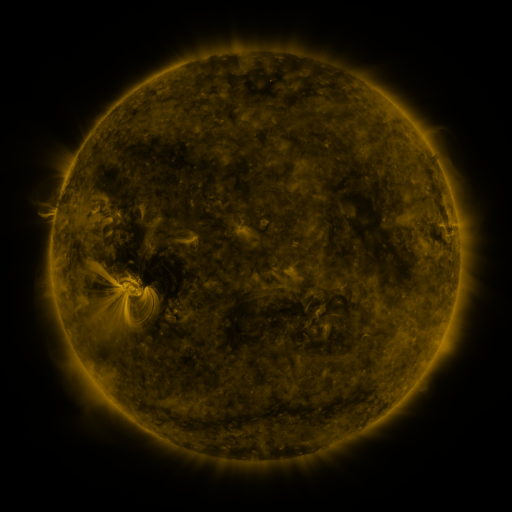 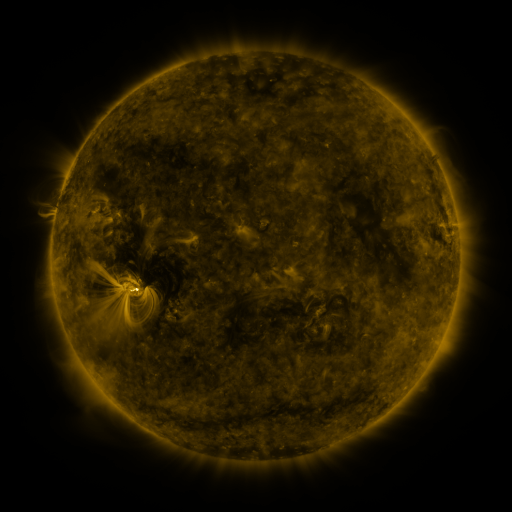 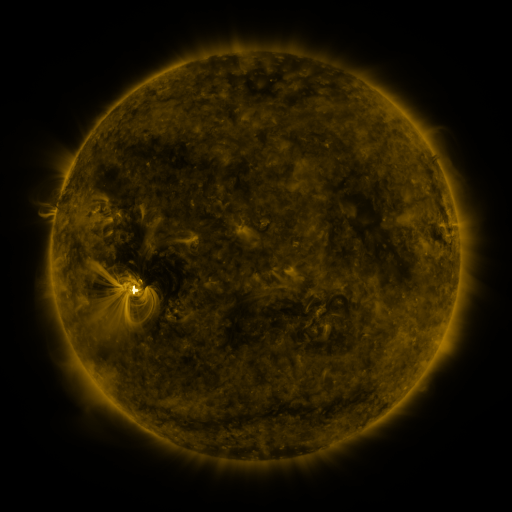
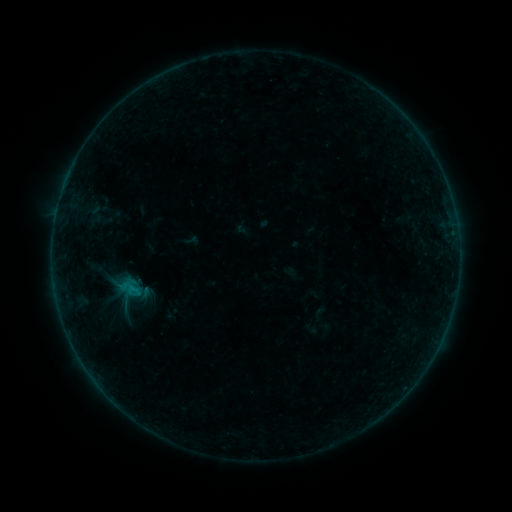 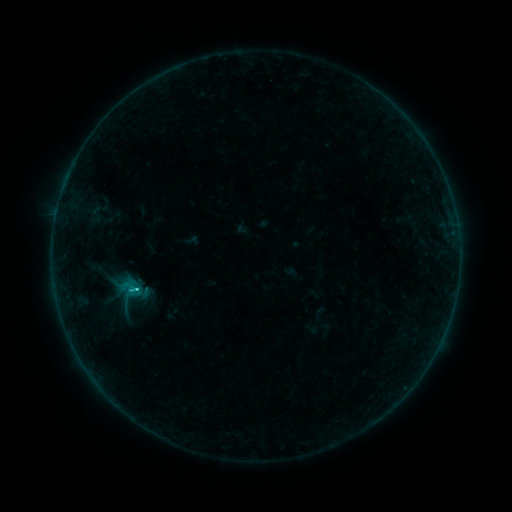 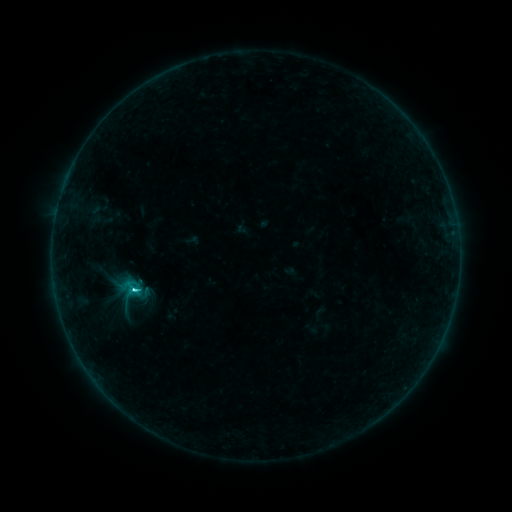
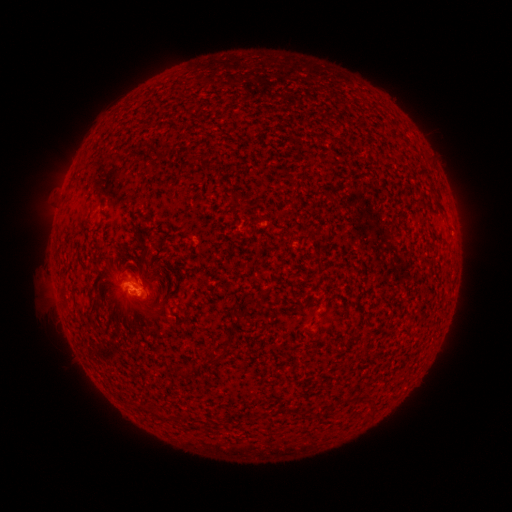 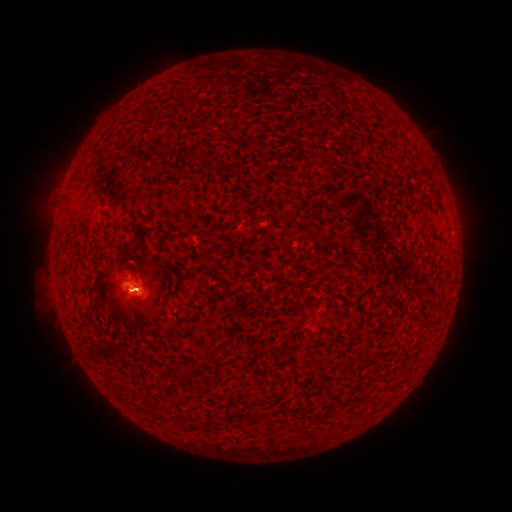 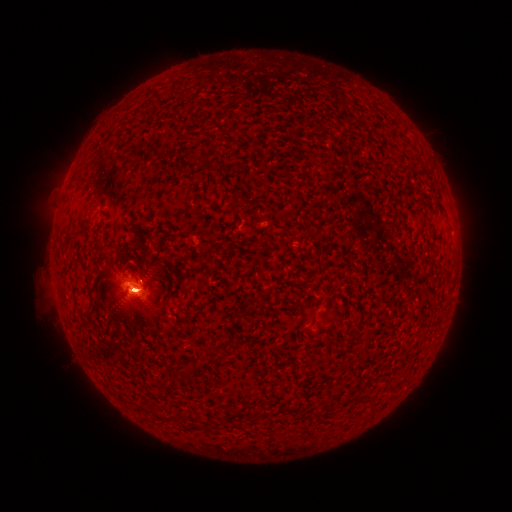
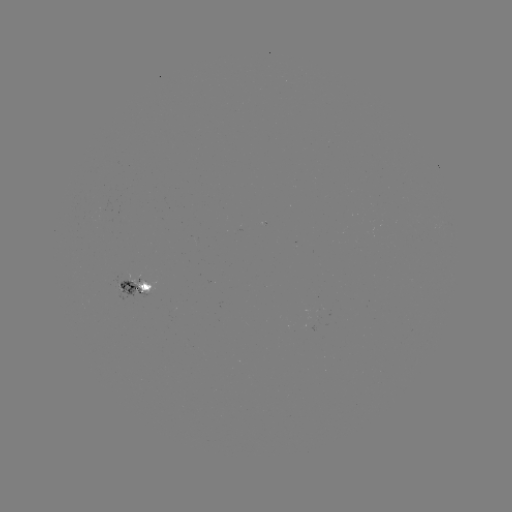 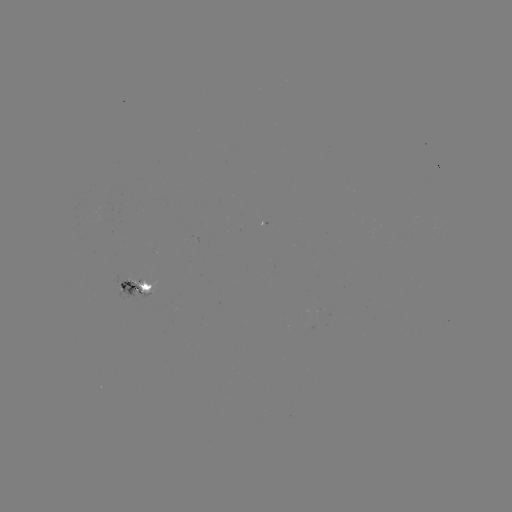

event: flare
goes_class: B7.5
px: (136, 287)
